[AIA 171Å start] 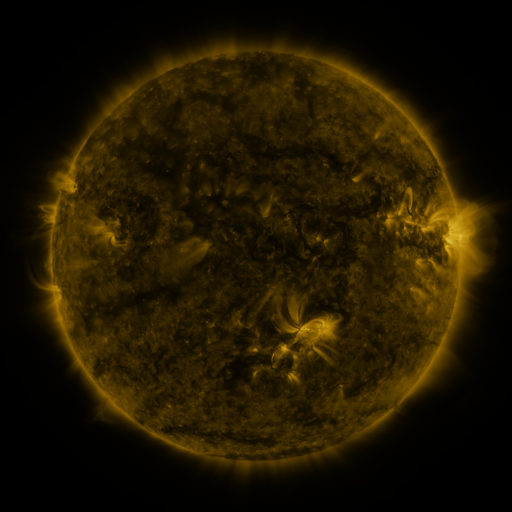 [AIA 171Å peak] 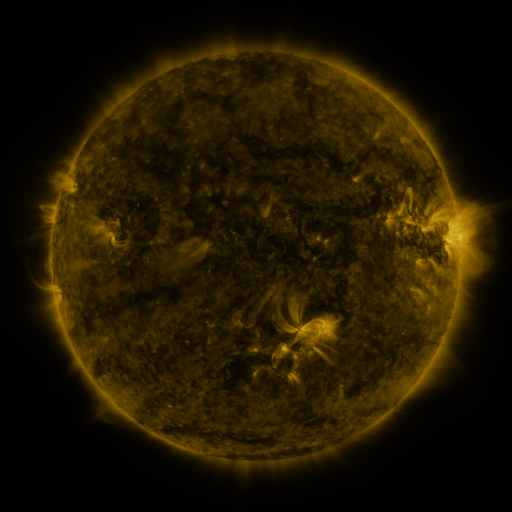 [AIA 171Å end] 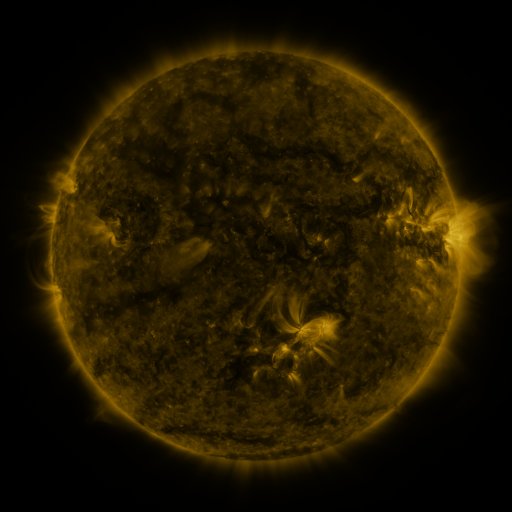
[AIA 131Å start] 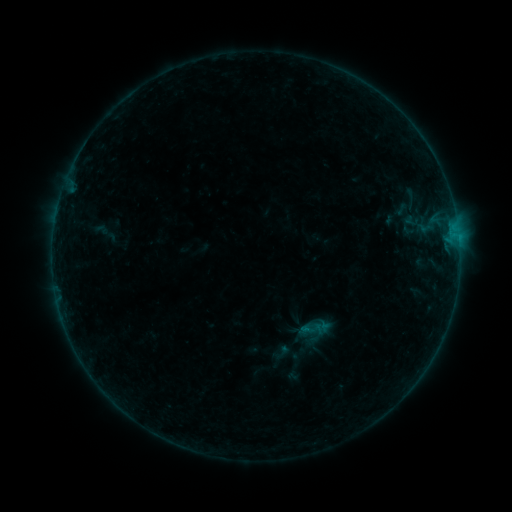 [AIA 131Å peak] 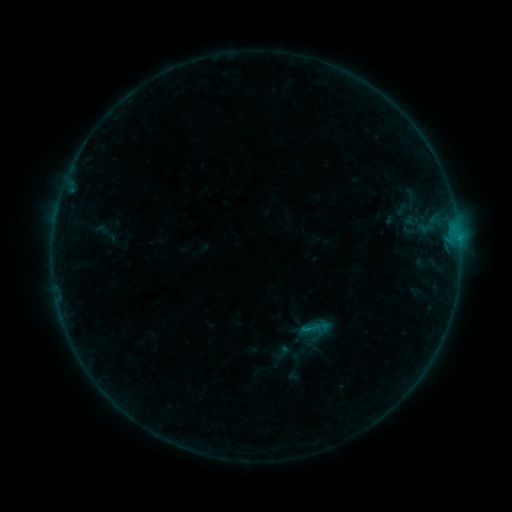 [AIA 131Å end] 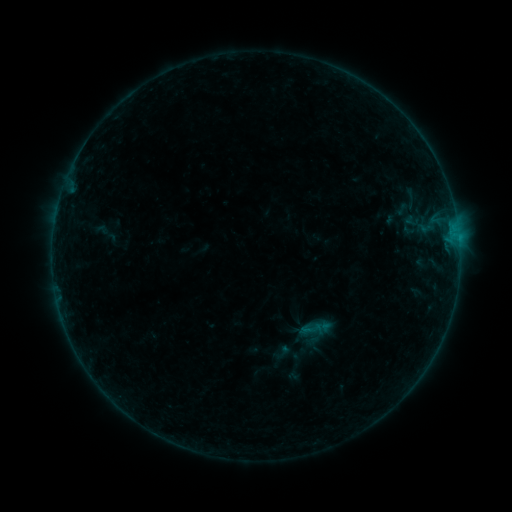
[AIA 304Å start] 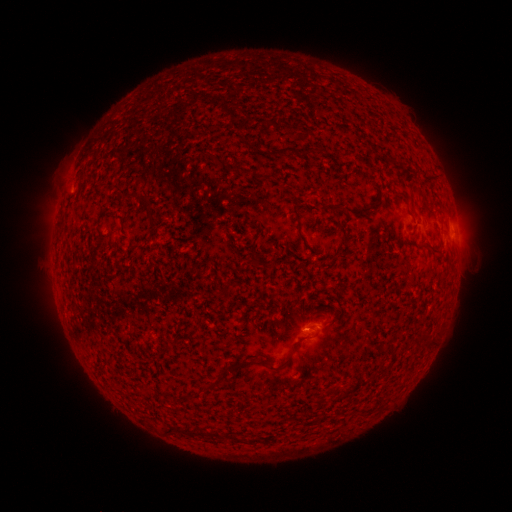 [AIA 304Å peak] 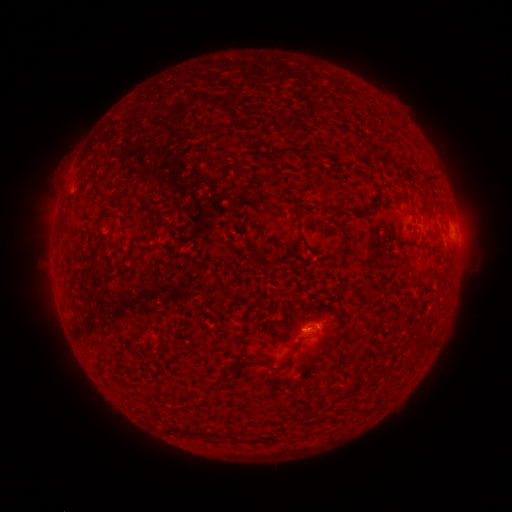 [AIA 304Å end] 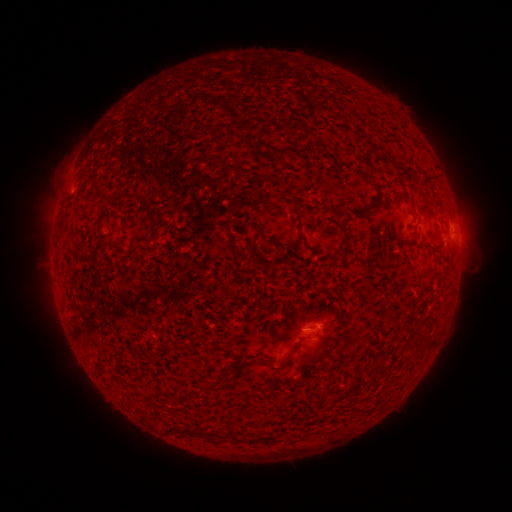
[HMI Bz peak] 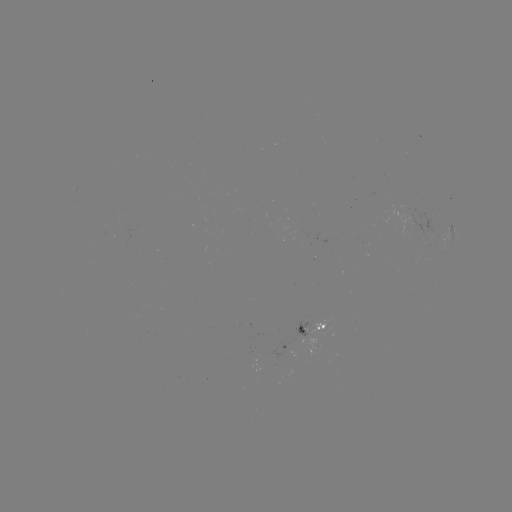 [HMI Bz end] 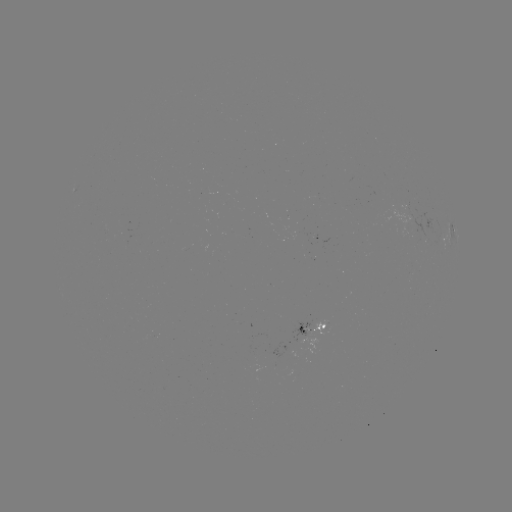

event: flare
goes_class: B2.0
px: (307, 328)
